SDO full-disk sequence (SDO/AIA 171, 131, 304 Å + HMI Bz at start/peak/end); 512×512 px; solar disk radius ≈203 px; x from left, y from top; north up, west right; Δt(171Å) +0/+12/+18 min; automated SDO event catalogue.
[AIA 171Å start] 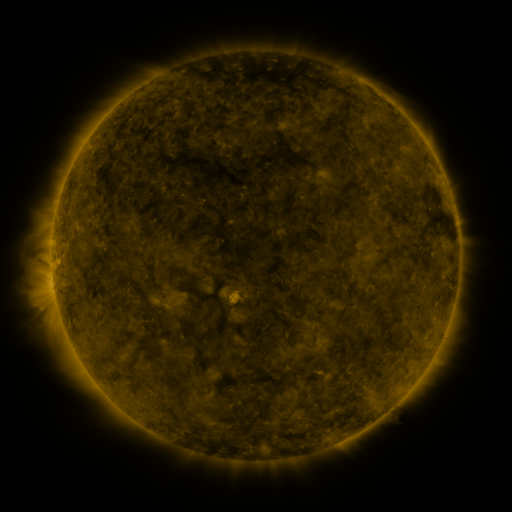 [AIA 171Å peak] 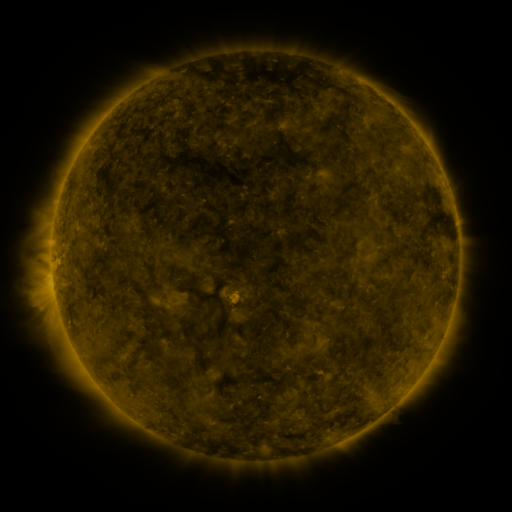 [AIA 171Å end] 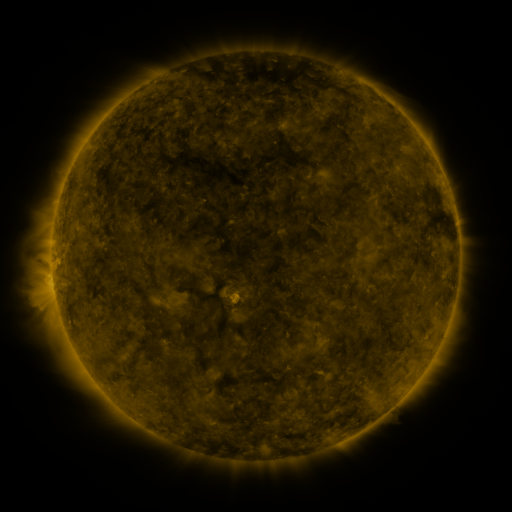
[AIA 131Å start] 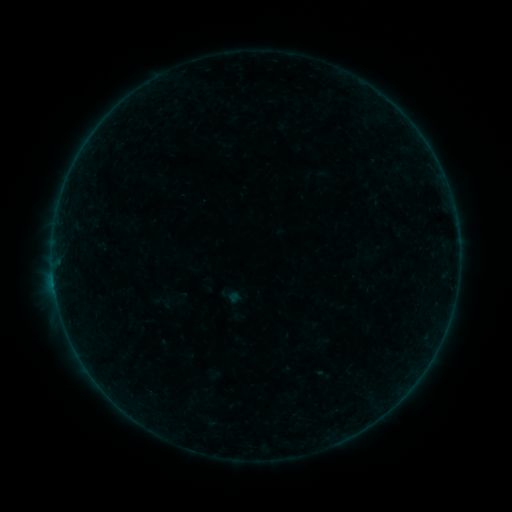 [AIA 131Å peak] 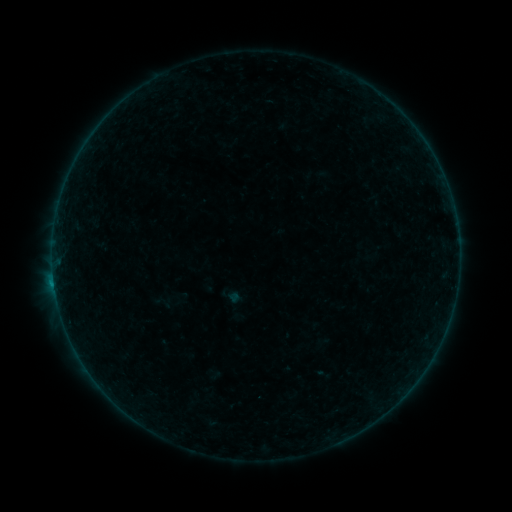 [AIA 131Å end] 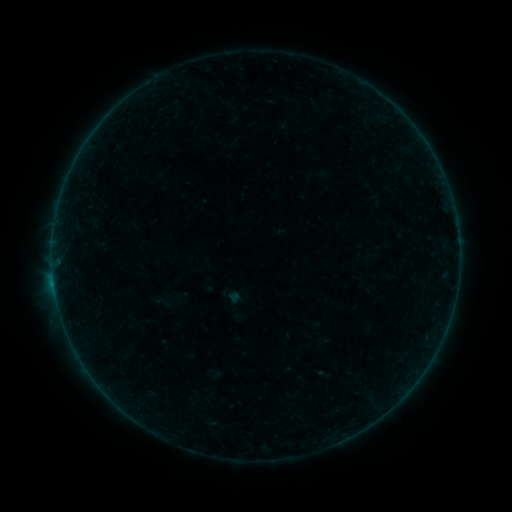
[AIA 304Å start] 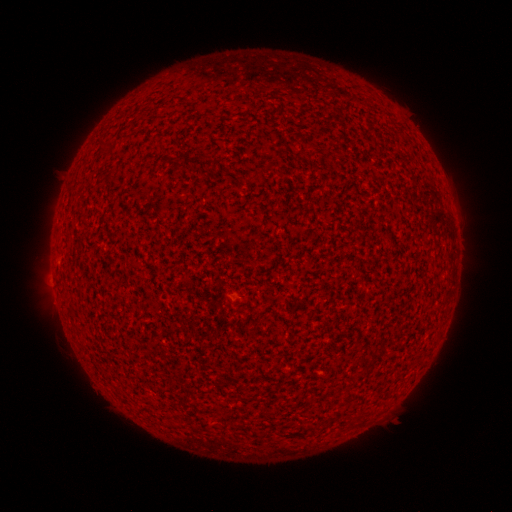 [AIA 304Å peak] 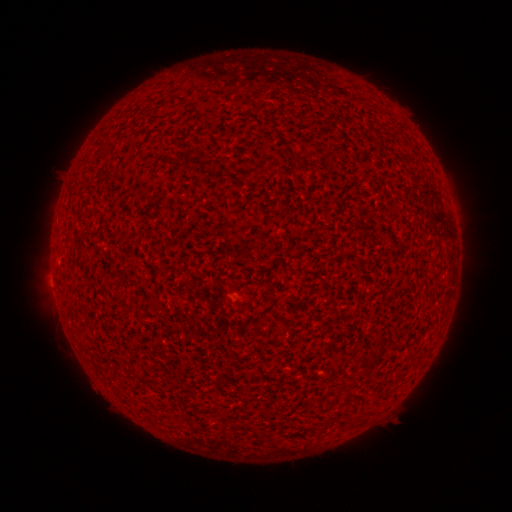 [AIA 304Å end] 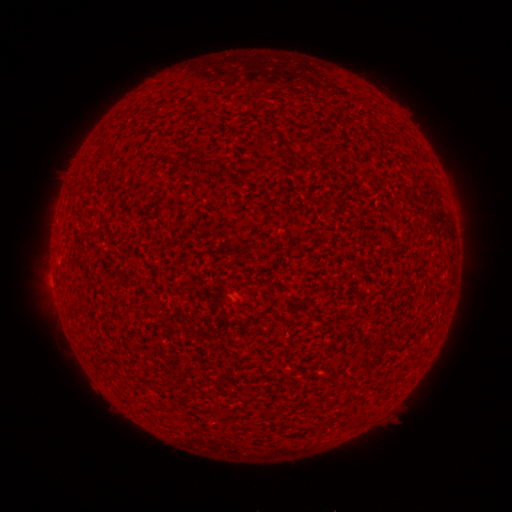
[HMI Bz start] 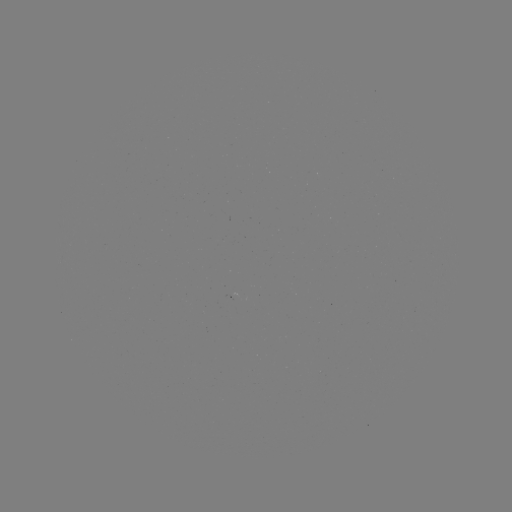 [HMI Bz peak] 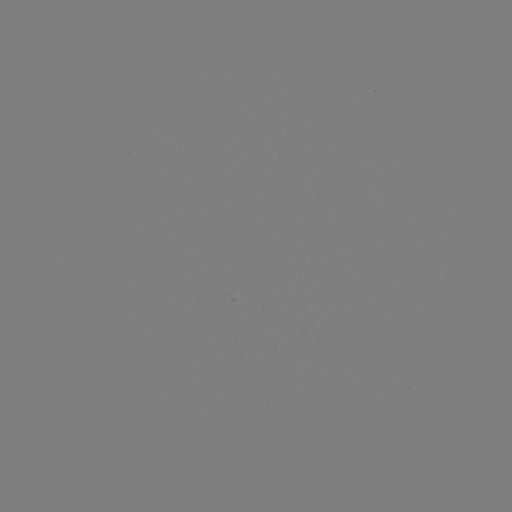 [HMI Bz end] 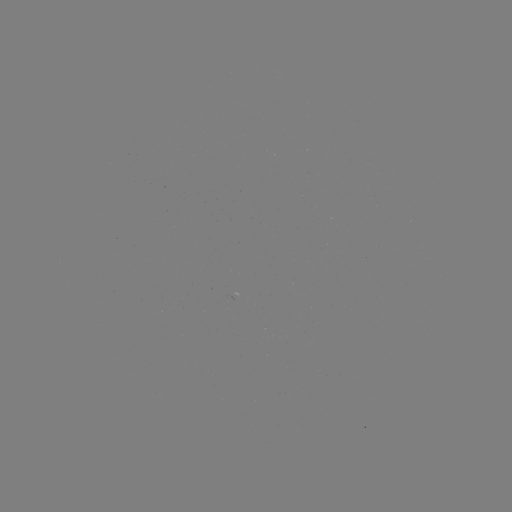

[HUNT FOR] B1.7 flare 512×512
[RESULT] [54, 281]